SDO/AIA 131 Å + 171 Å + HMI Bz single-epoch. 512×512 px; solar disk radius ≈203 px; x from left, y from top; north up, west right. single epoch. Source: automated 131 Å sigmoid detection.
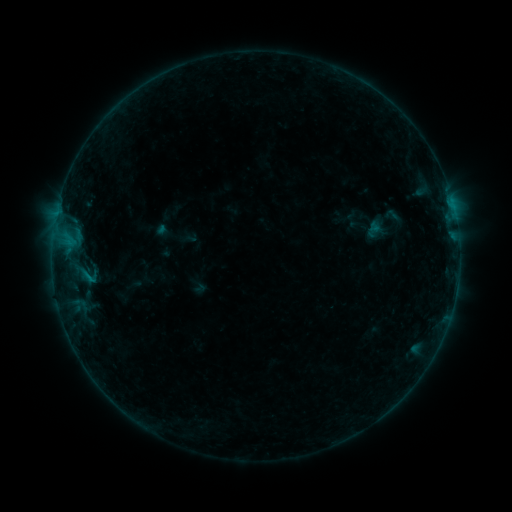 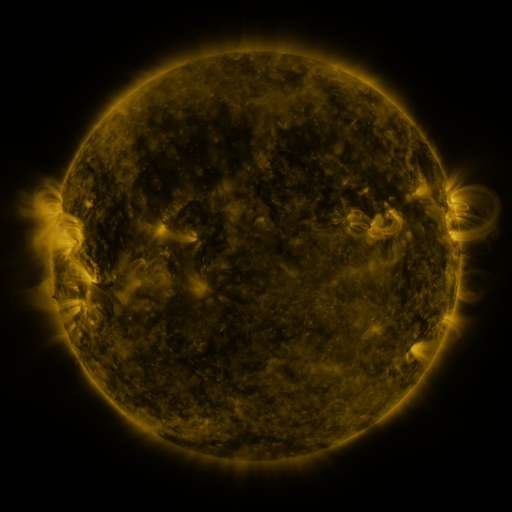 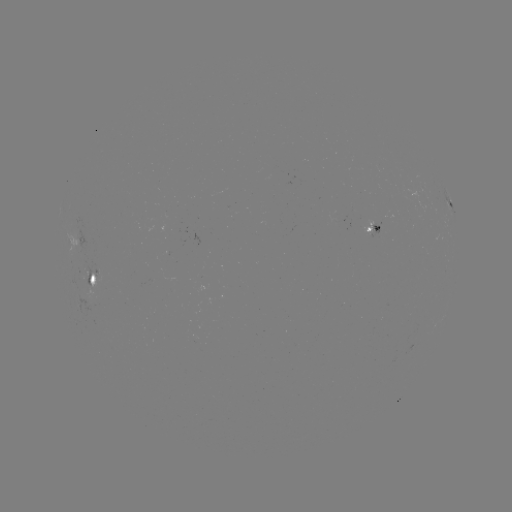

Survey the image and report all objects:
sigmoid: (382, 207, 402, 223)
